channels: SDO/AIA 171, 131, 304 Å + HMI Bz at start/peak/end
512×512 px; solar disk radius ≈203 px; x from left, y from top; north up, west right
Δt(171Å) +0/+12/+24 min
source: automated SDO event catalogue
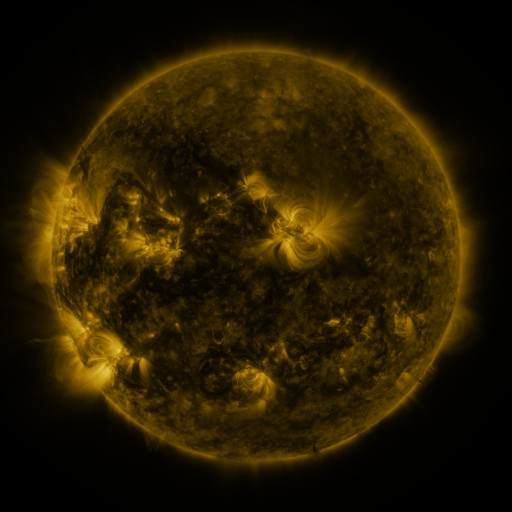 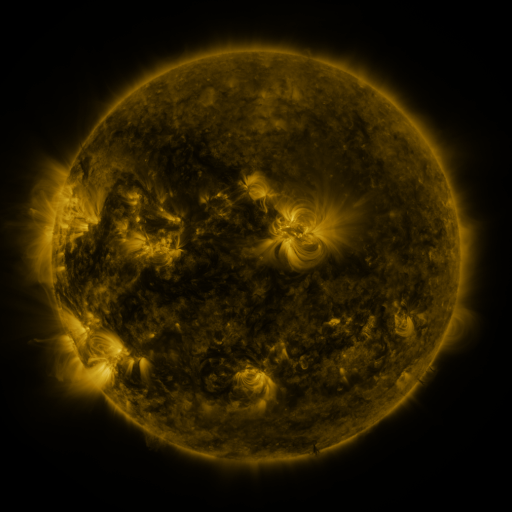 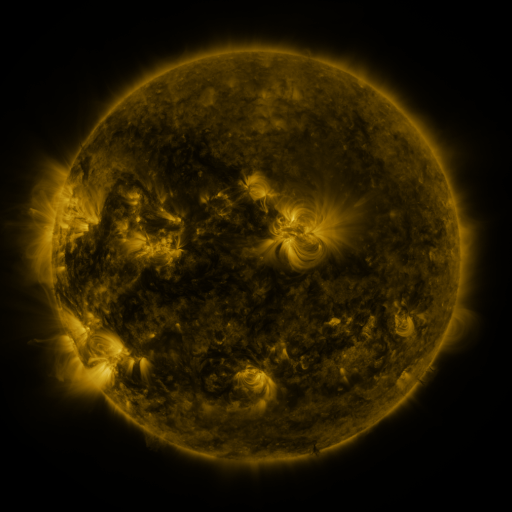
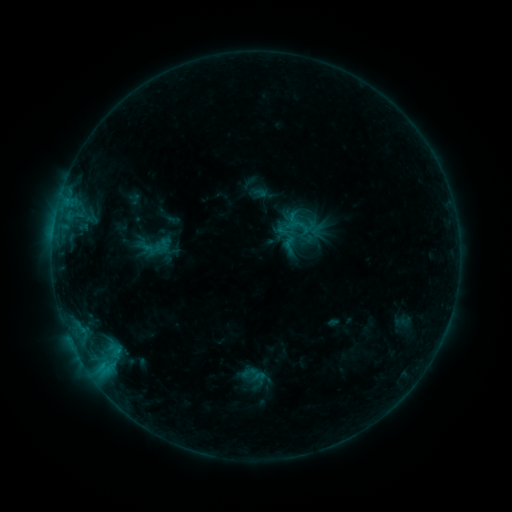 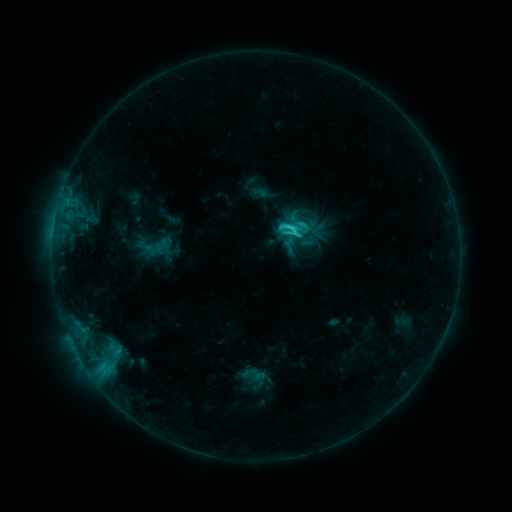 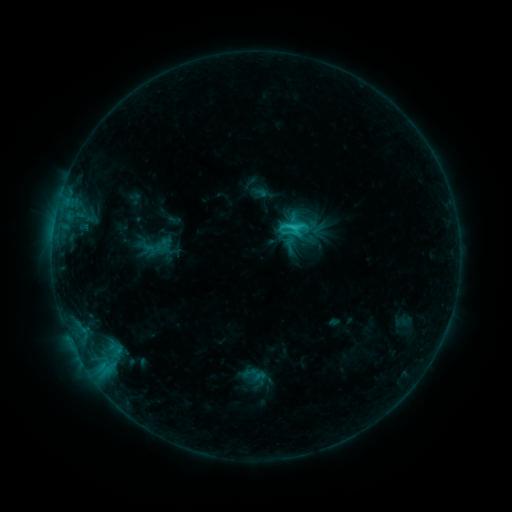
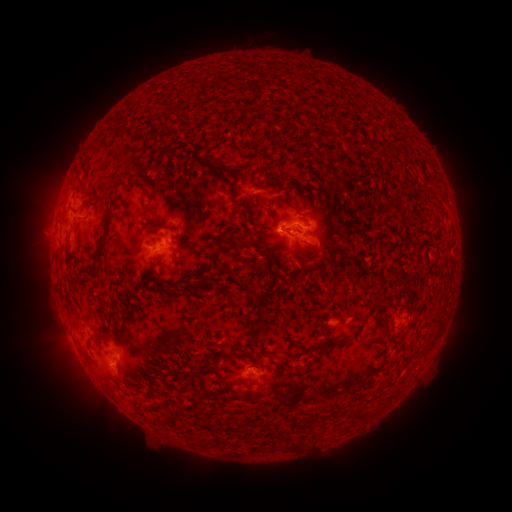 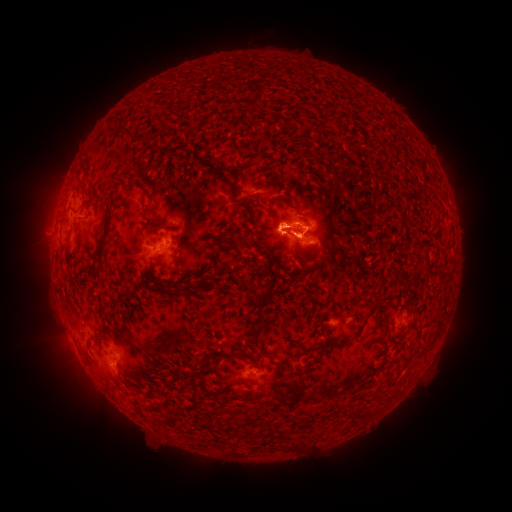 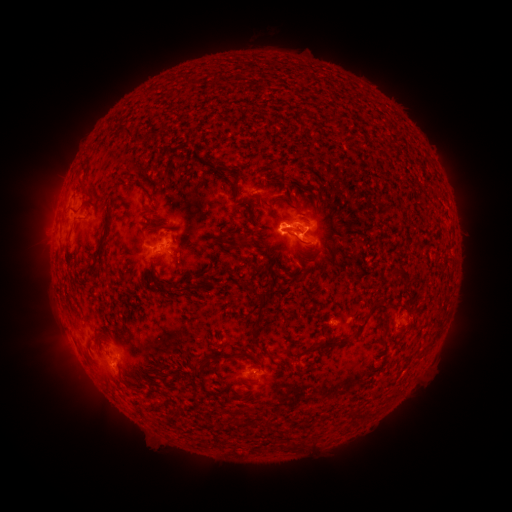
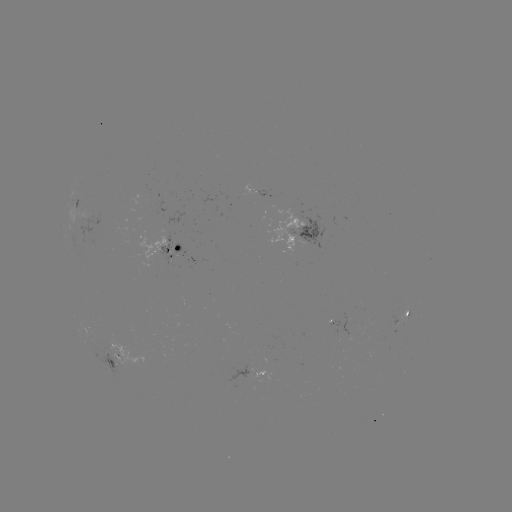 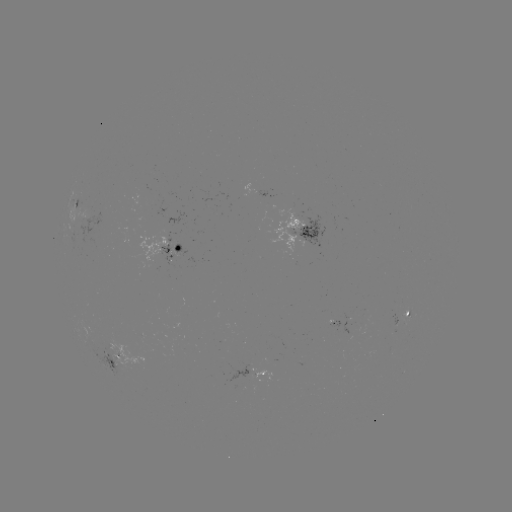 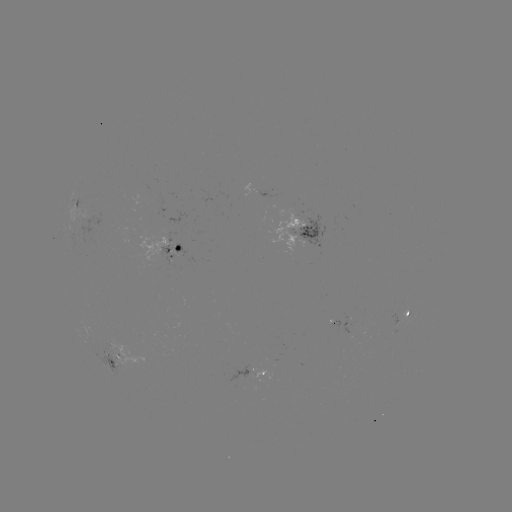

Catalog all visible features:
C3.3 flare: (290, 229)
